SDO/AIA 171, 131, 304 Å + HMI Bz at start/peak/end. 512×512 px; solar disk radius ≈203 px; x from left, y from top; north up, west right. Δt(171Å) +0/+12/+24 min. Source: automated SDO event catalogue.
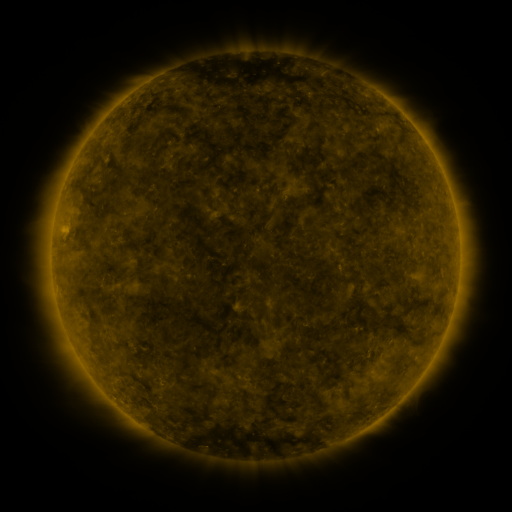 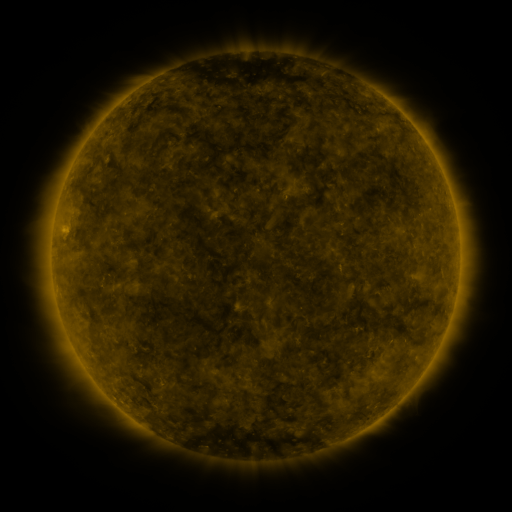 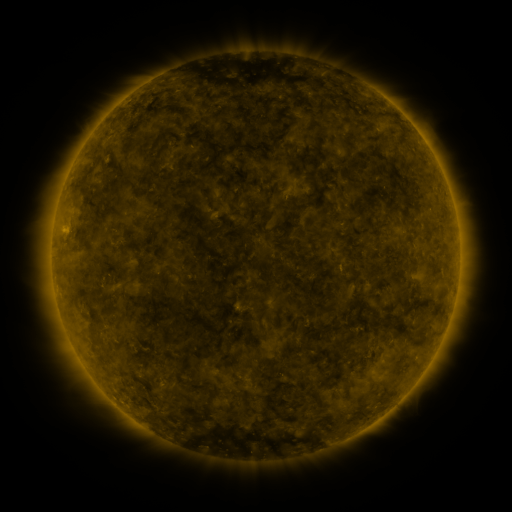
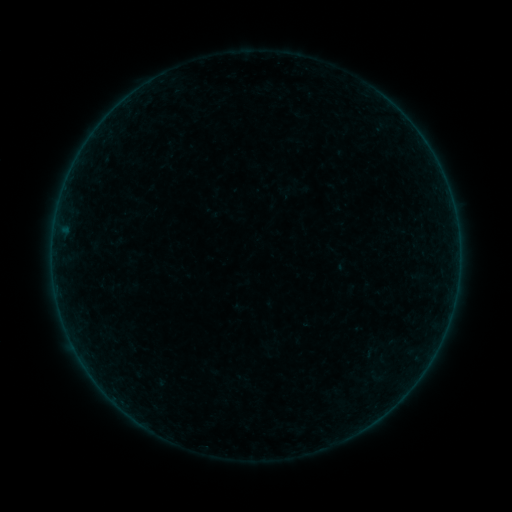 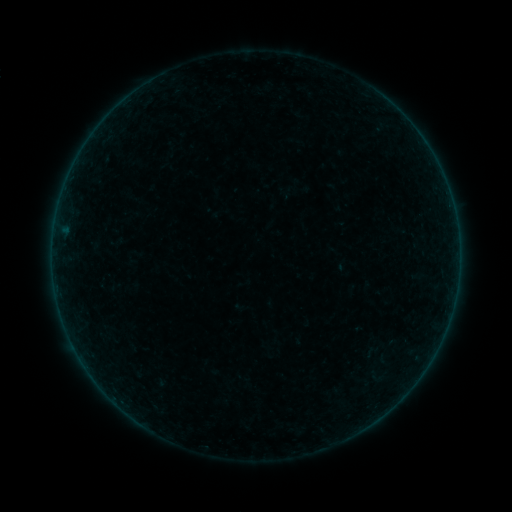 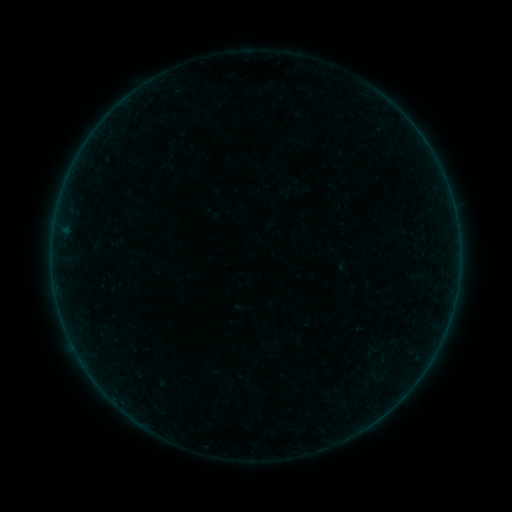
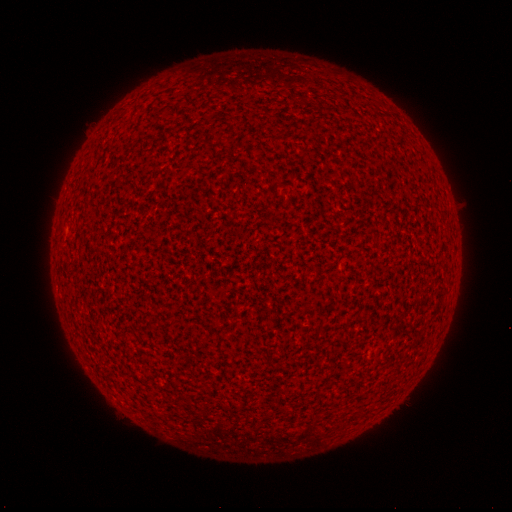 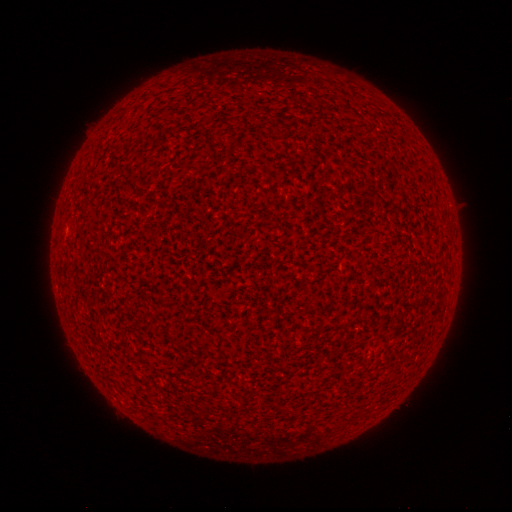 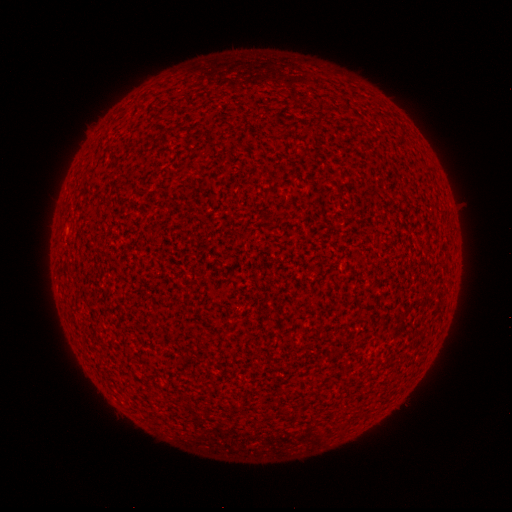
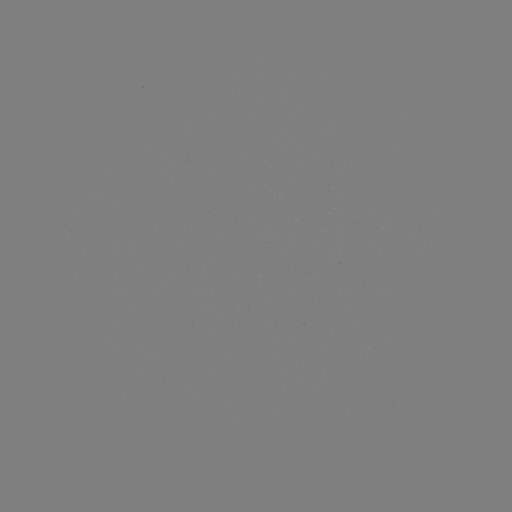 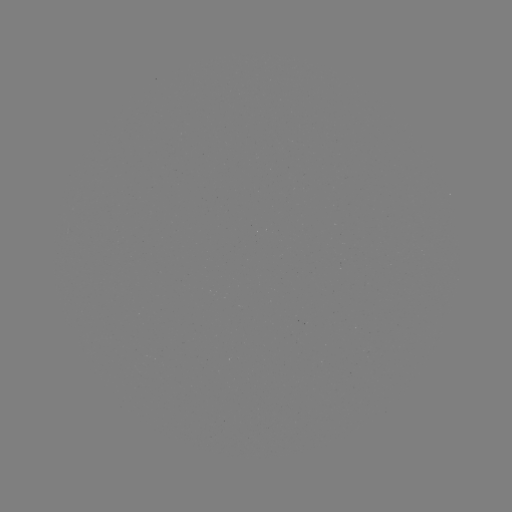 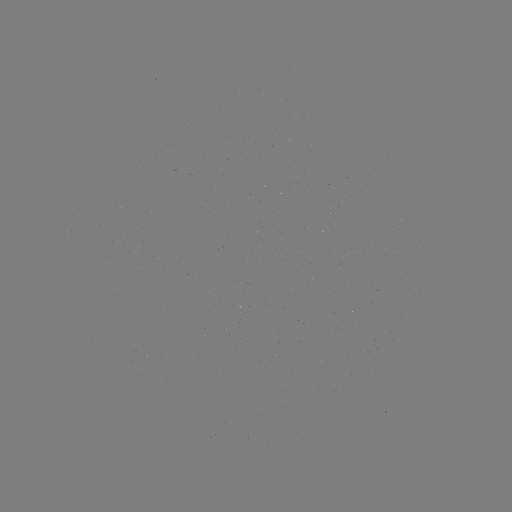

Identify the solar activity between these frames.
nothing was catalogued: no classed flare, no EUV trigger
